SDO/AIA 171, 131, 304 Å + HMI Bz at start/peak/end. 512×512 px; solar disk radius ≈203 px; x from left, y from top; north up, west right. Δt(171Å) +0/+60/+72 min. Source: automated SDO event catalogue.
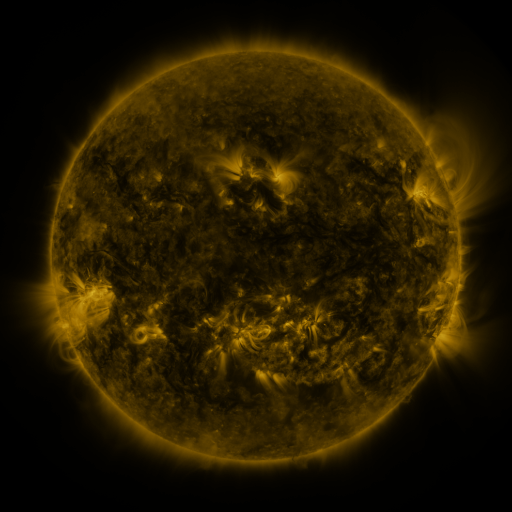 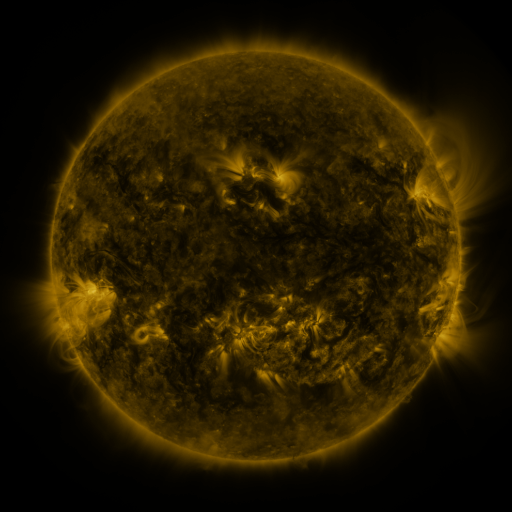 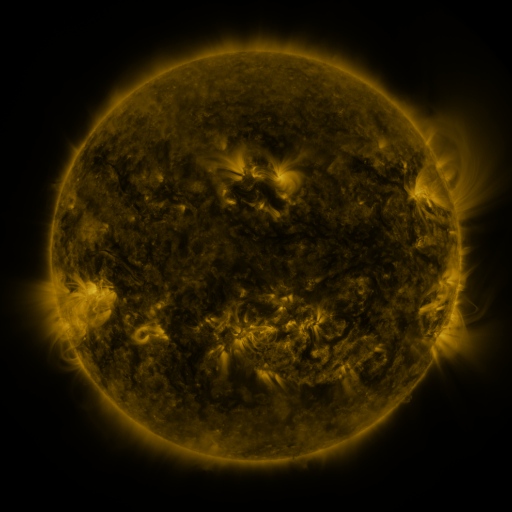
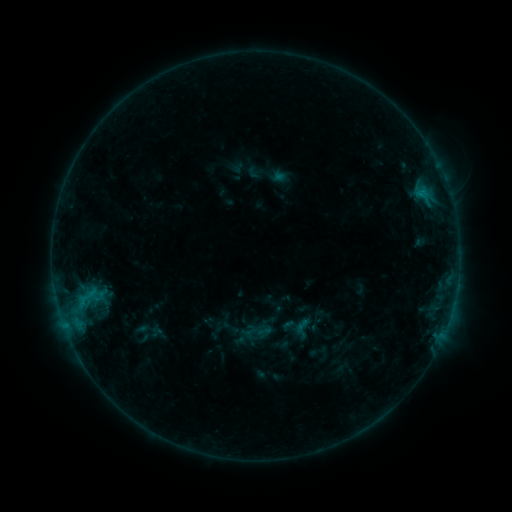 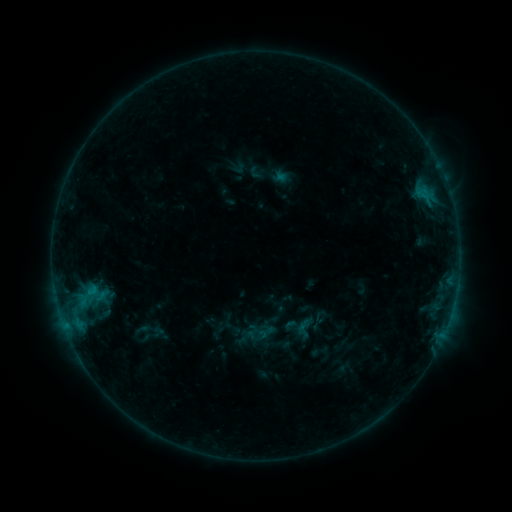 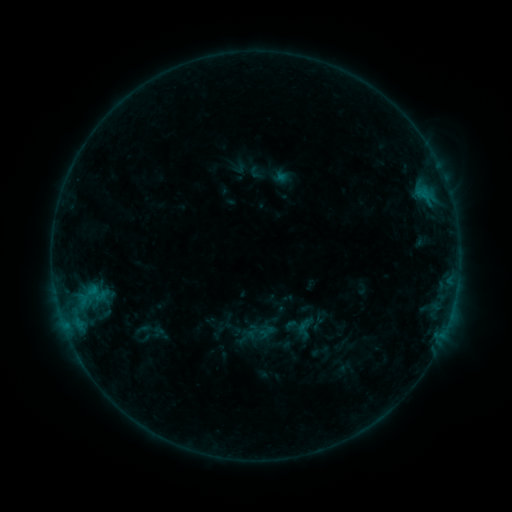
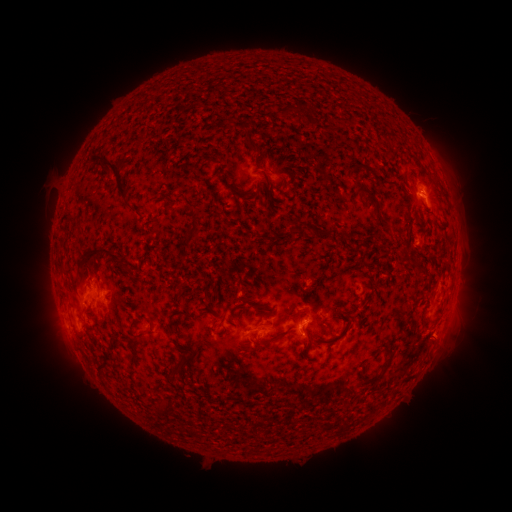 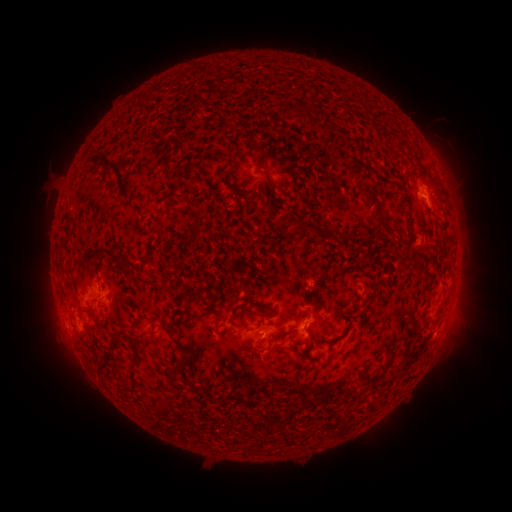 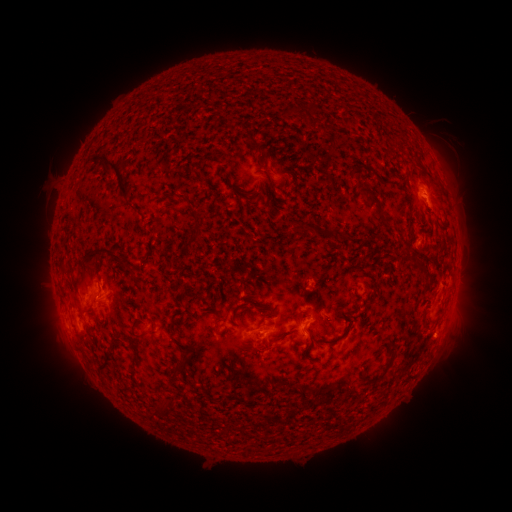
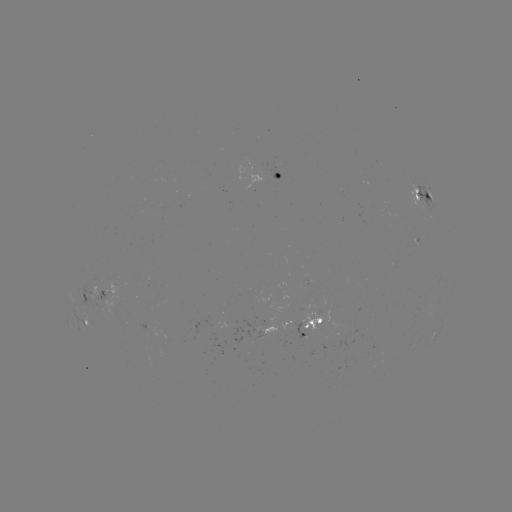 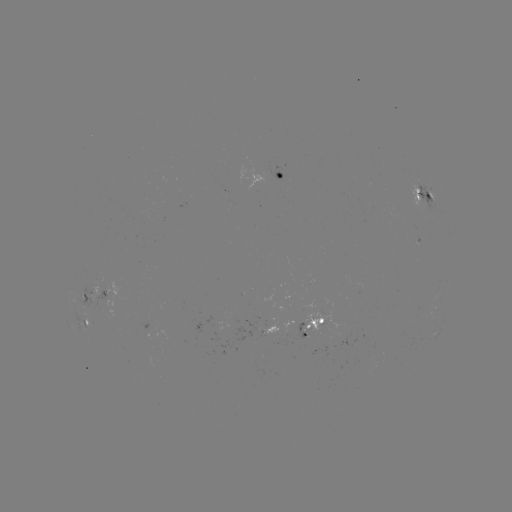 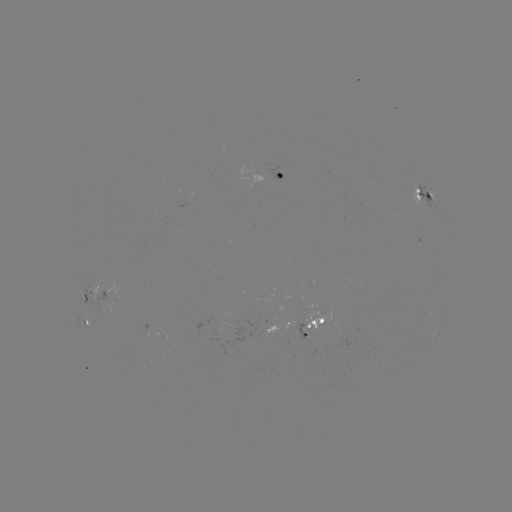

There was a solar emerging-flux region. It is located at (267, 330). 